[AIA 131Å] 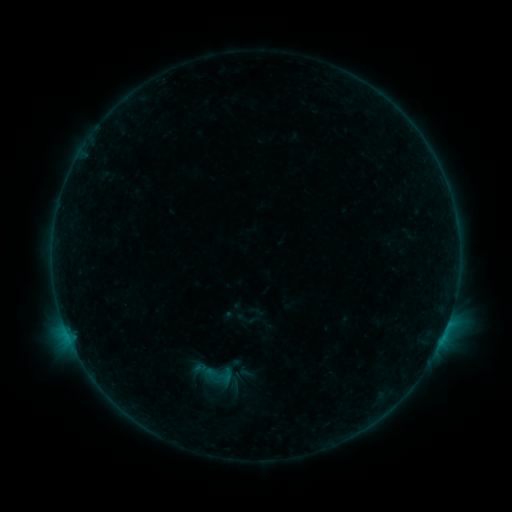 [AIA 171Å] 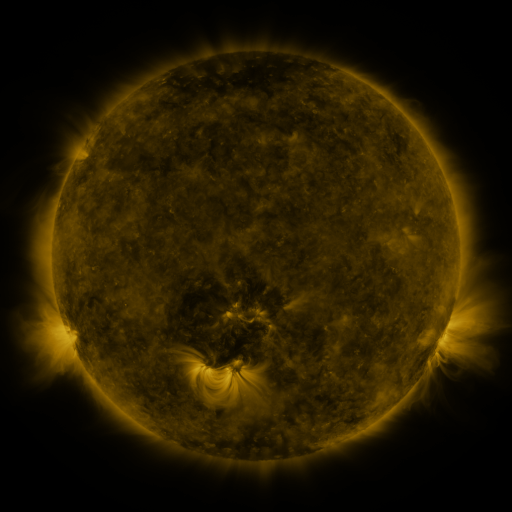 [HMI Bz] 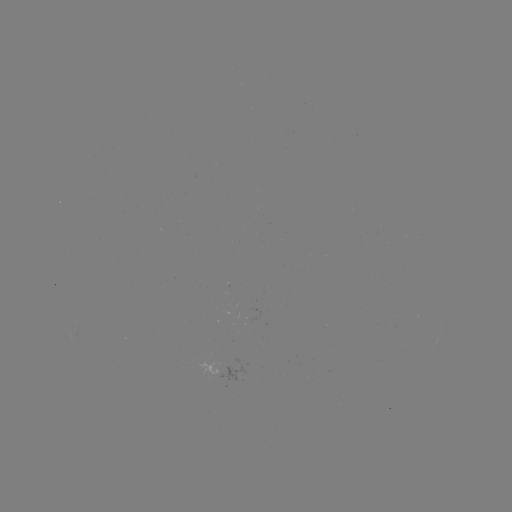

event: sigmoid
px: (245, 318)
